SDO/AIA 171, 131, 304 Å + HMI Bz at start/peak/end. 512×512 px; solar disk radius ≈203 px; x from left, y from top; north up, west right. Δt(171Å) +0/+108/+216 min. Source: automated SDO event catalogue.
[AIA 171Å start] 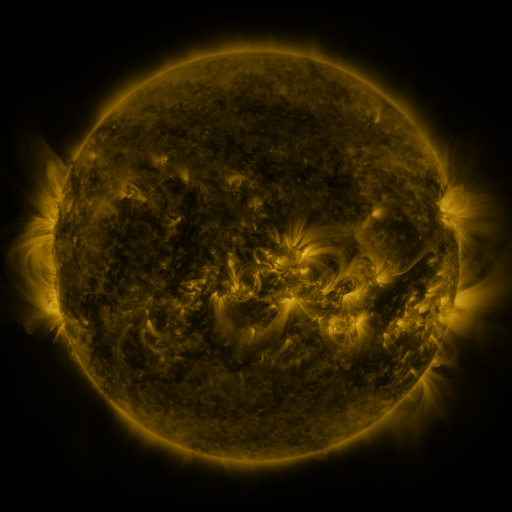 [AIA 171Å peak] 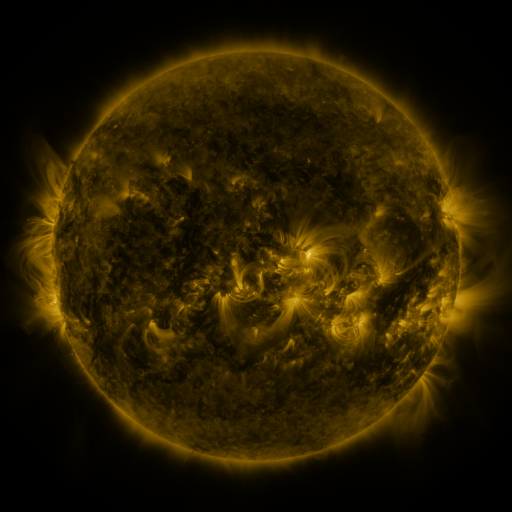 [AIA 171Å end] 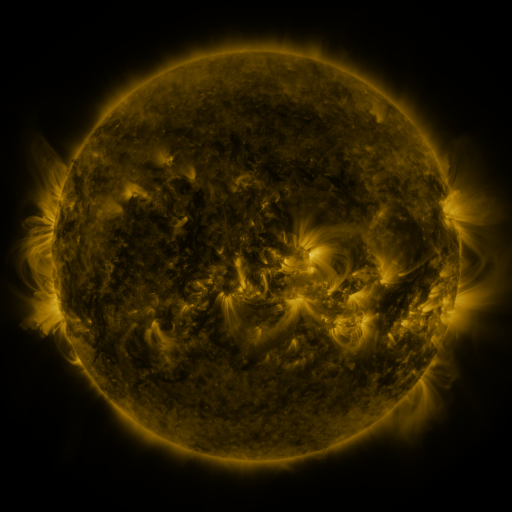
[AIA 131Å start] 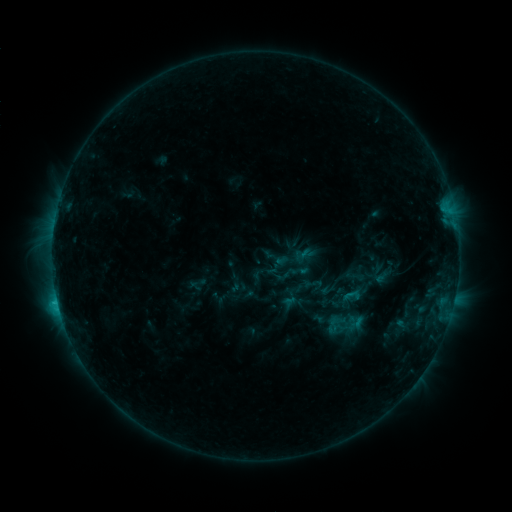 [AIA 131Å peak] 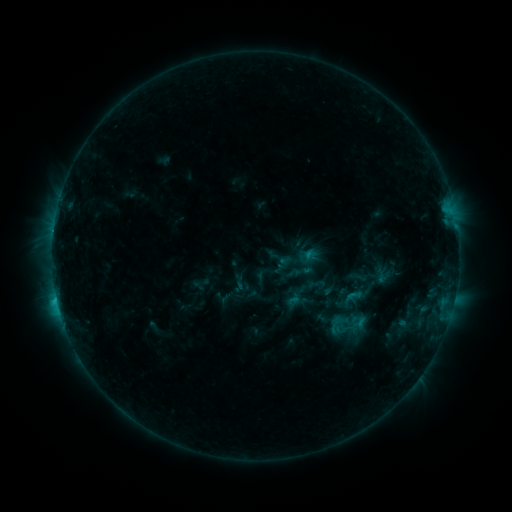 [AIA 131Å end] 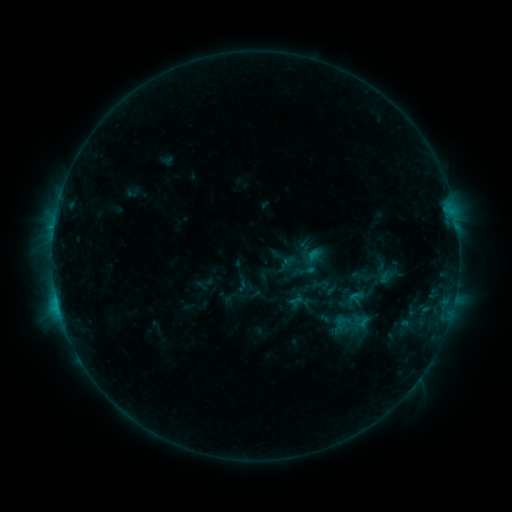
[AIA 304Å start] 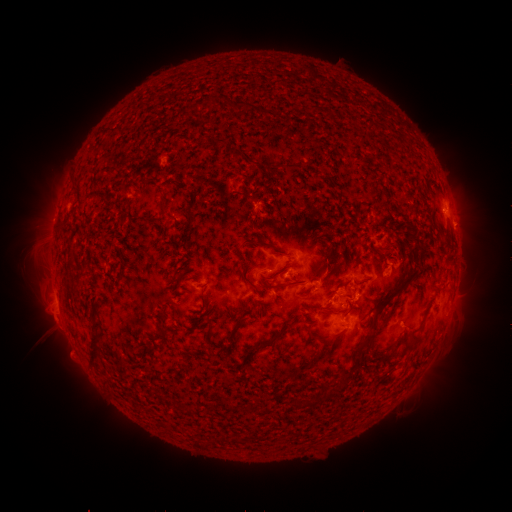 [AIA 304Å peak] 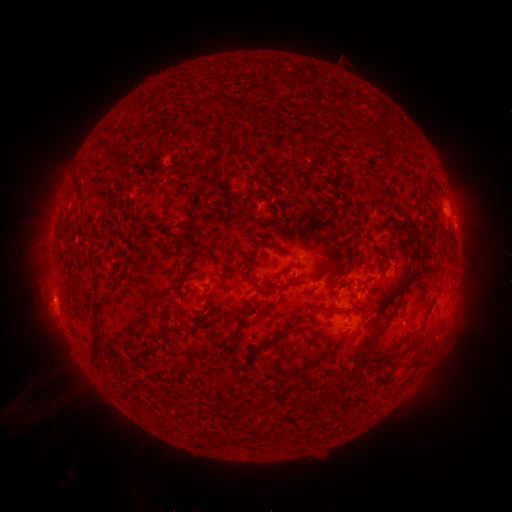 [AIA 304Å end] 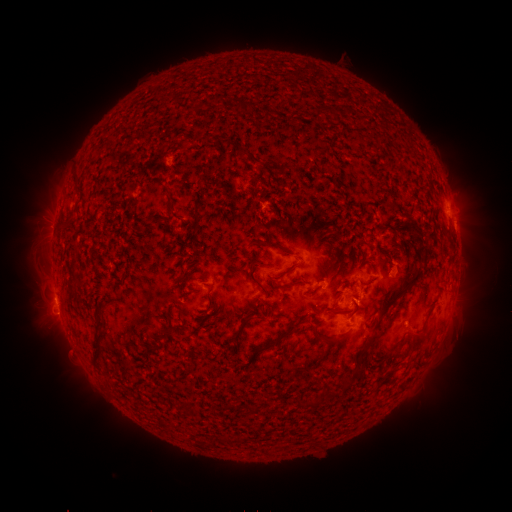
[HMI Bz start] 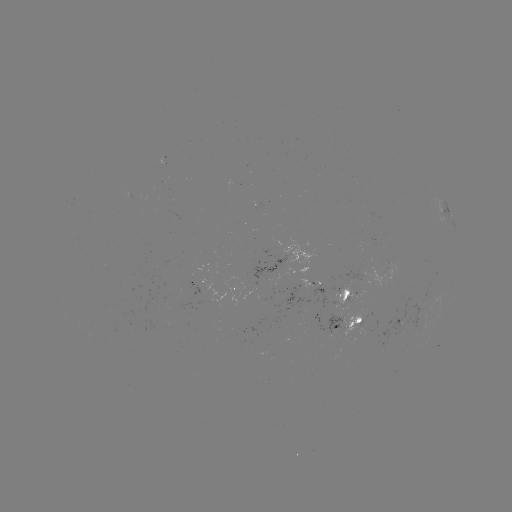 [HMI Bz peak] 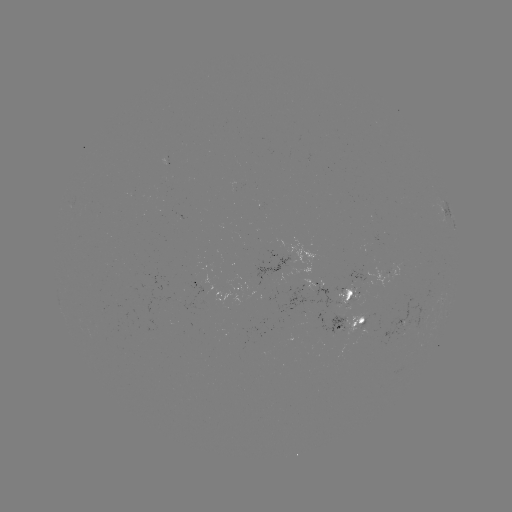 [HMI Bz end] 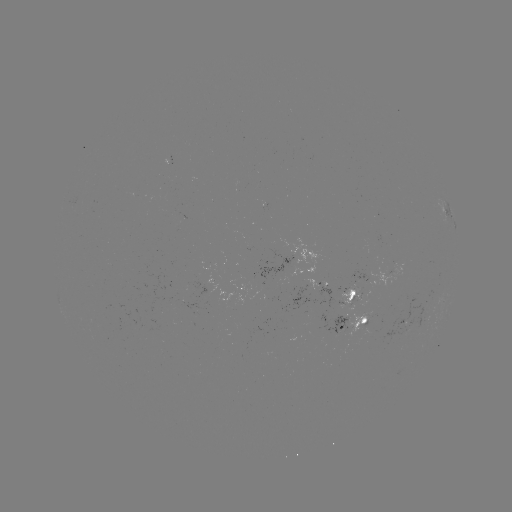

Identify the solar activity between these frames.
filament eruption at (113, 416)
